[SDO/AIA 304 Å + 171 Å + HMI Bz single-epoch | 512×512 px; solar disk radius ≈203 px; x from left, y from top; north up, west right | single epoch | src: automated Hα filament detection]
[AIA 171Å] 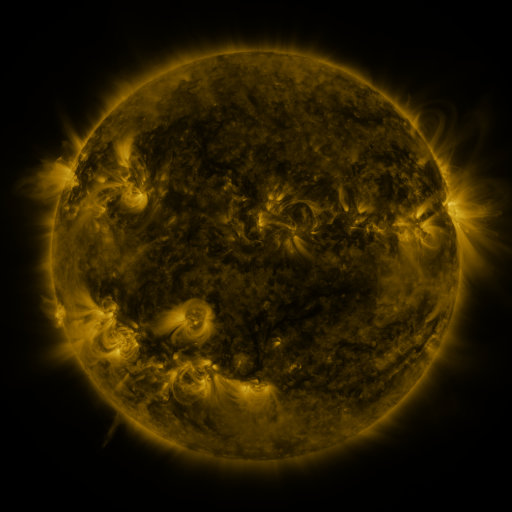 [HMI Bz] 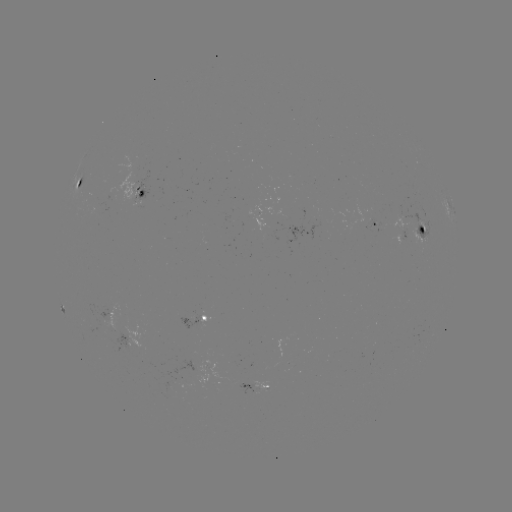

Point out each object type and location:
filament: (332, 113)
filament: (271, 114)
filament: (198, 139)
filament: (384, 179)
filament: (243, 185)
filament: (319, 217)
filament: (280, 219)
filament: (362, 231)
filament: (248, 237)
filament: (280, 313)
filament: (97, 339)
filament: (227, 339)
filament: (259, 349)
